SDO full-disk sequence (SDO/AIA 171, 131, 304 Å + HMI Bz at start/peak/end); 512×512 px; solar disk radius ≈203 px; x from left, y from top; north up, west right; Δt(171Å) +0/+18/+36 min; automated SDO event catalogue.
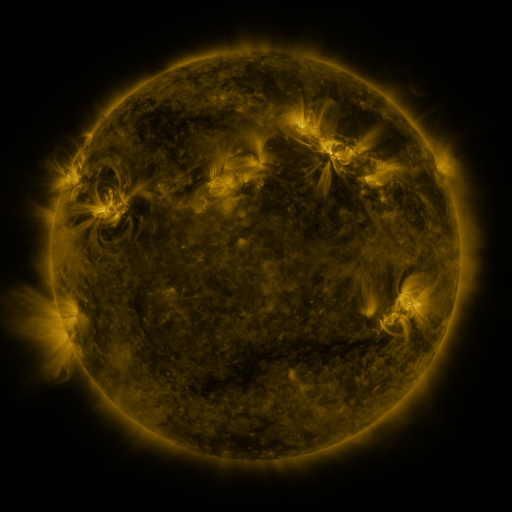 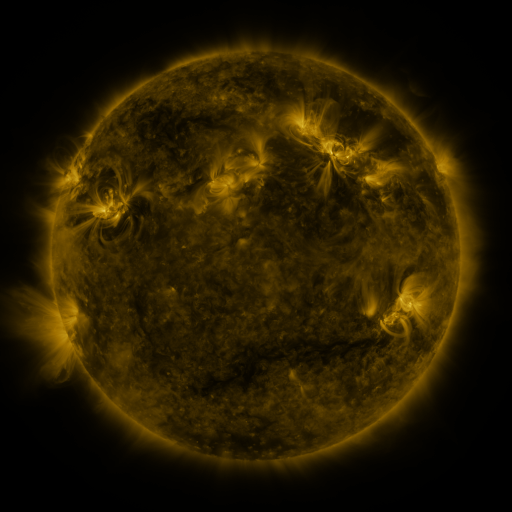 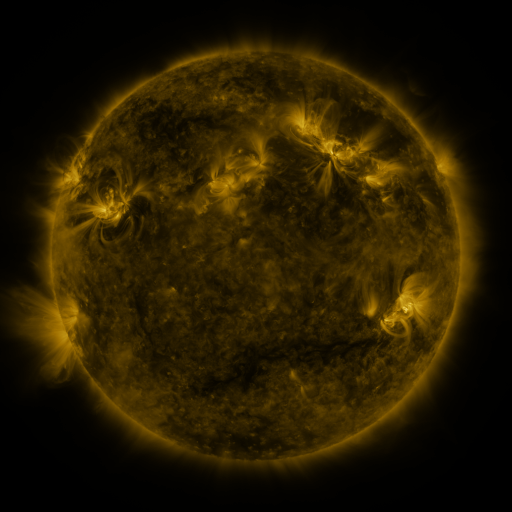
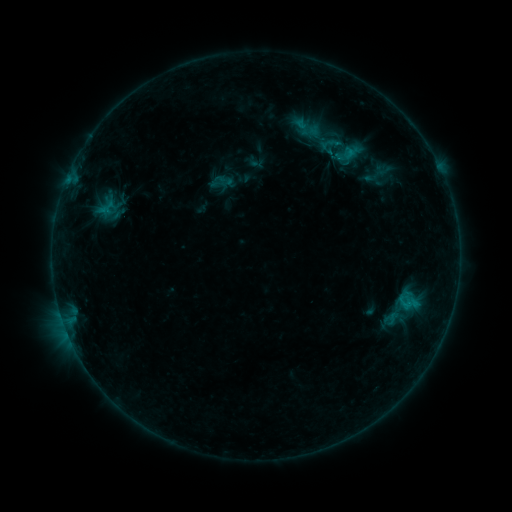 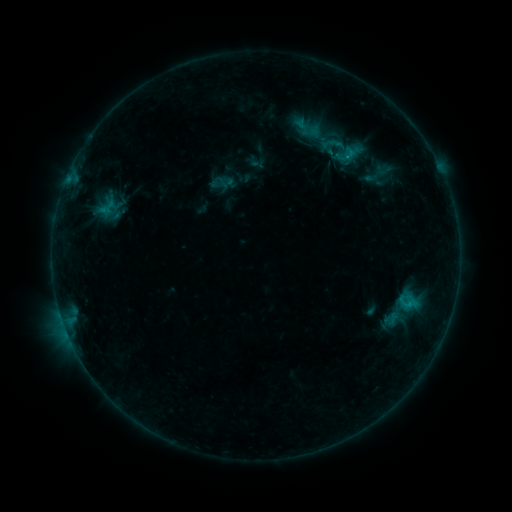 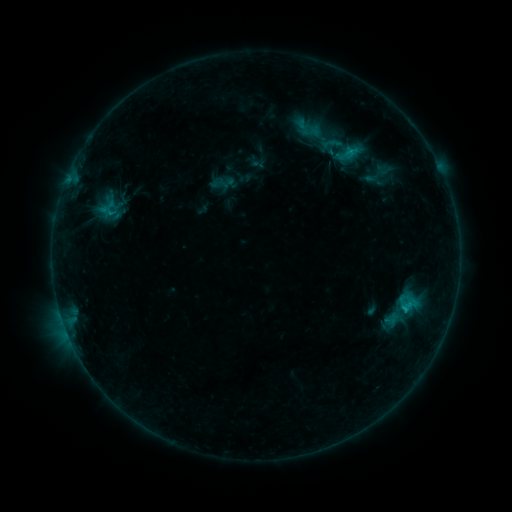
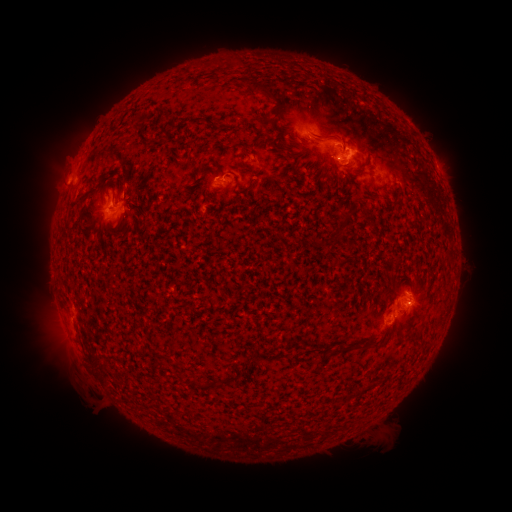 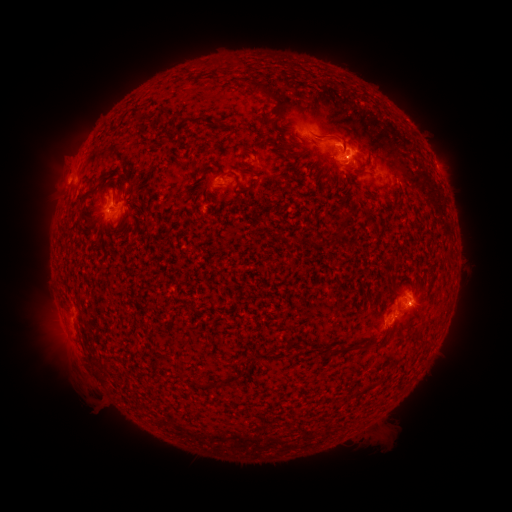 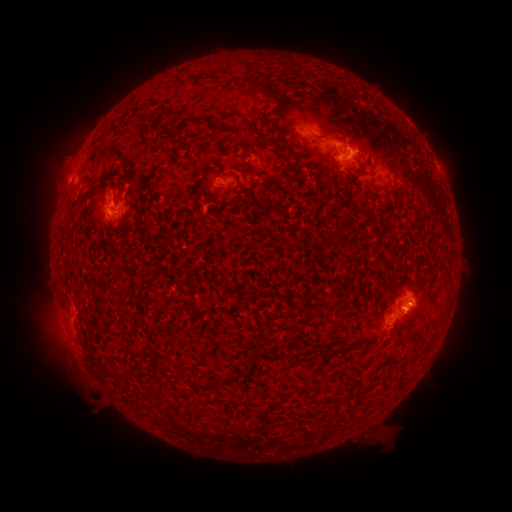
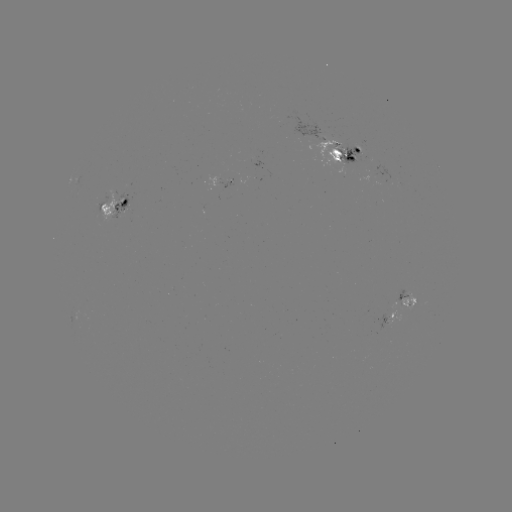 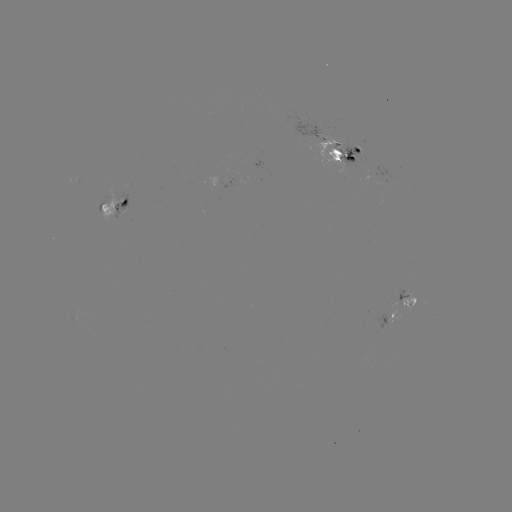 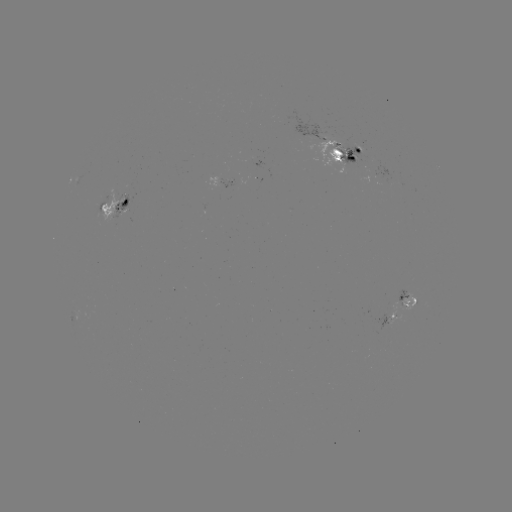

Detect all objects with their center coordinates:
emerging-flux region: (362, 152)
